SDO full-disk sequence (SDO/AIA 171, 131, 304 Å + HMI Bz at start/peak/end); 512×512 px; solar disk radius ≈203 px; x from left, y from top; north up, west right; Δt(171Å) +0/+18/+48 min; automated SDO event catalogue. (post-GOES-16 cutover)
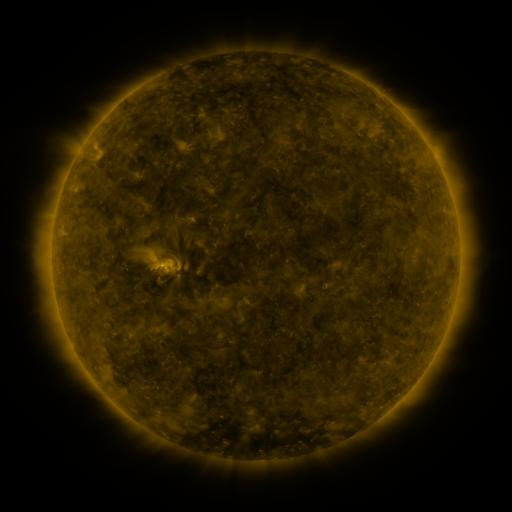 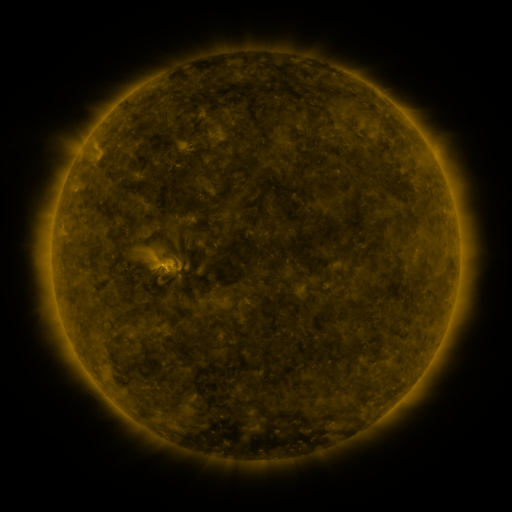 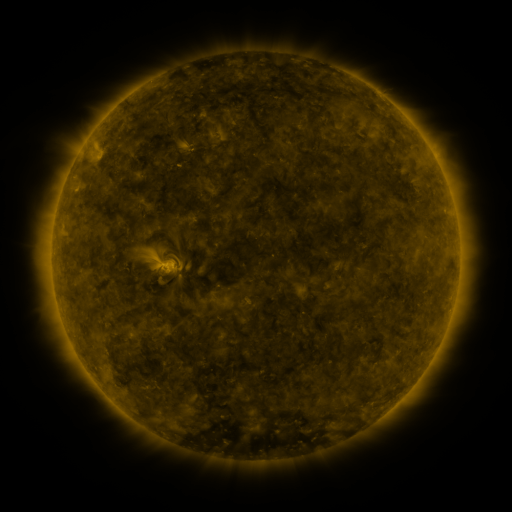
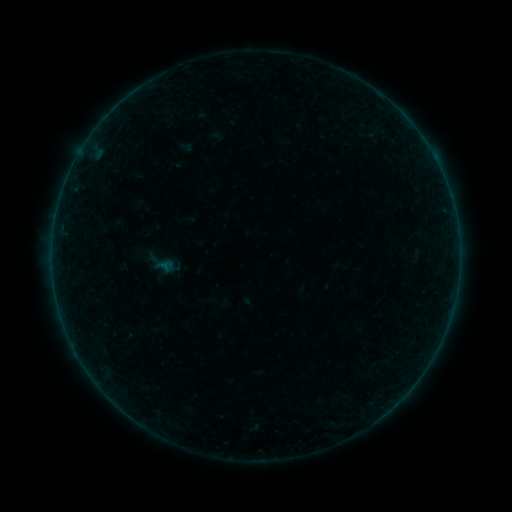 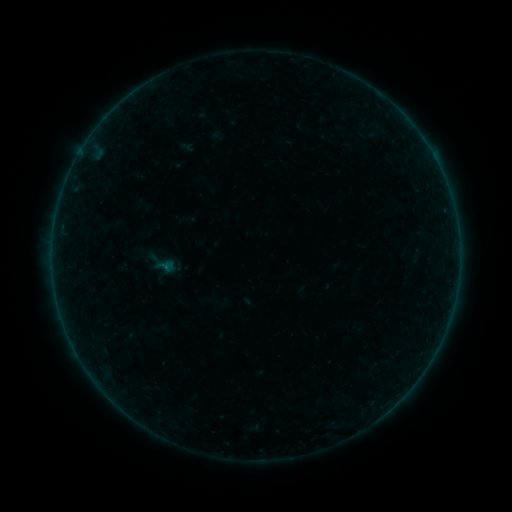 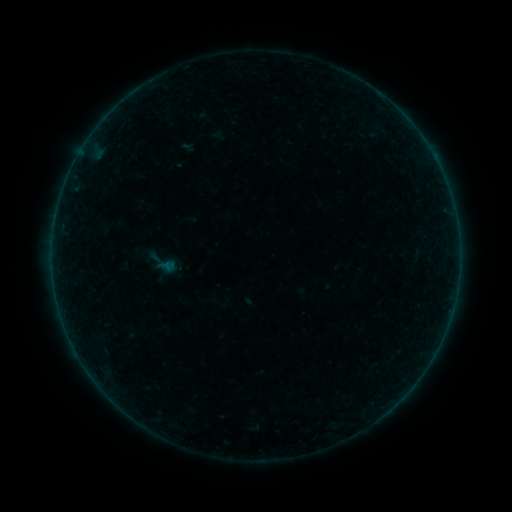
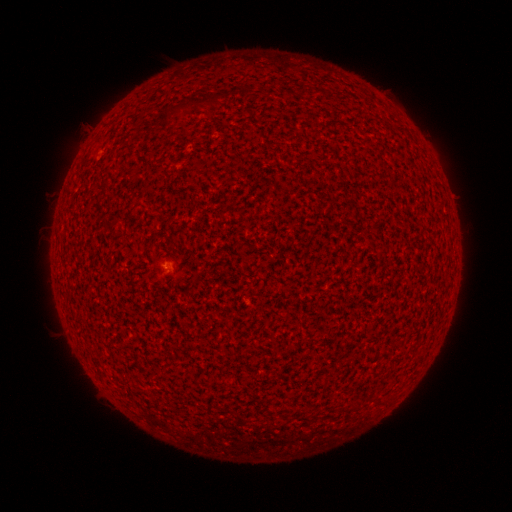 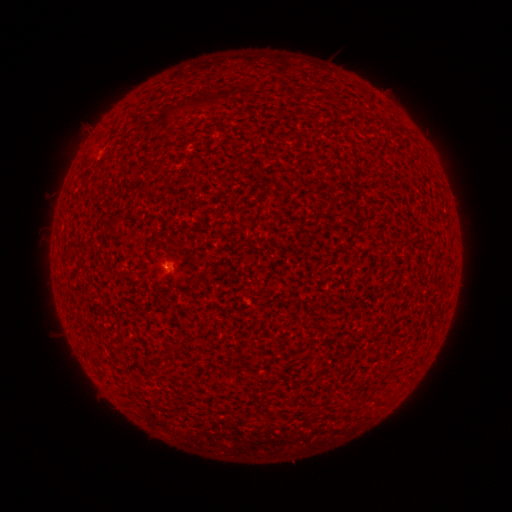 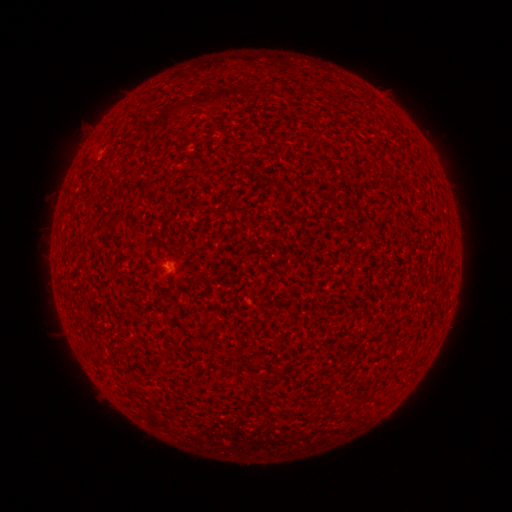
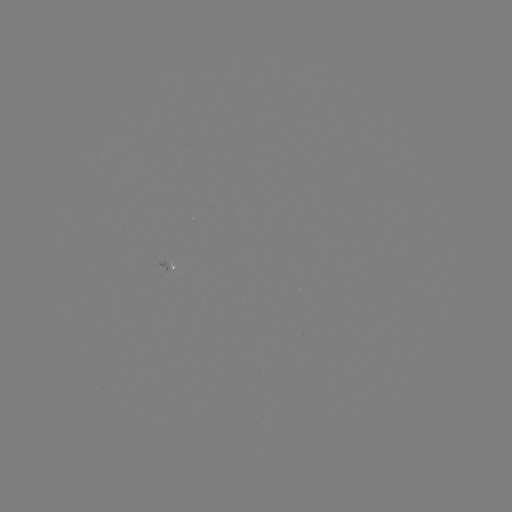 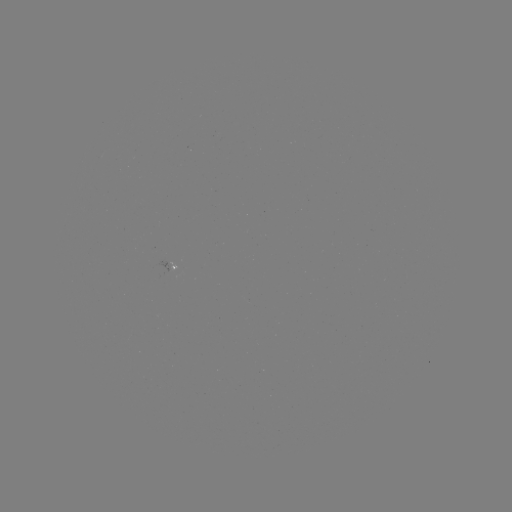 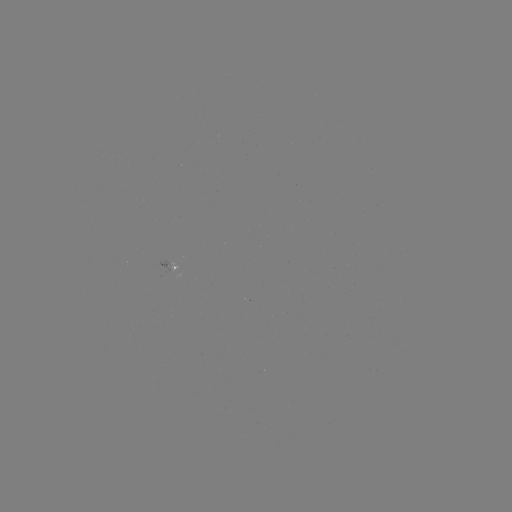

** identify A2.0 flare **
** [167, 266] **